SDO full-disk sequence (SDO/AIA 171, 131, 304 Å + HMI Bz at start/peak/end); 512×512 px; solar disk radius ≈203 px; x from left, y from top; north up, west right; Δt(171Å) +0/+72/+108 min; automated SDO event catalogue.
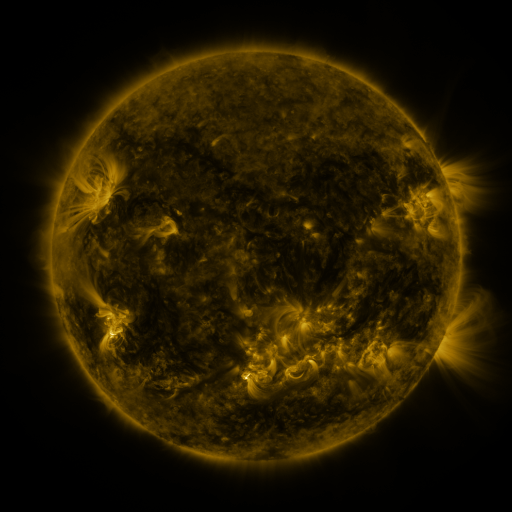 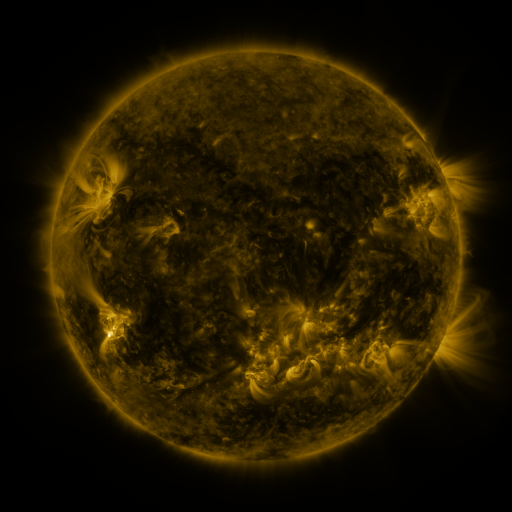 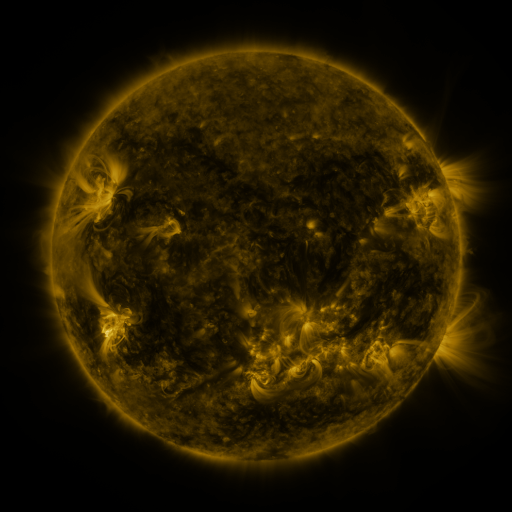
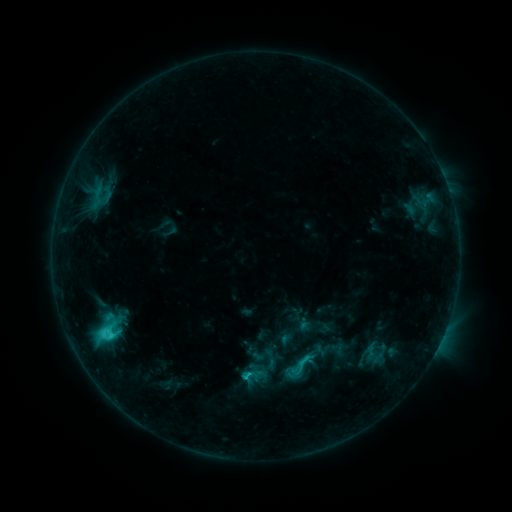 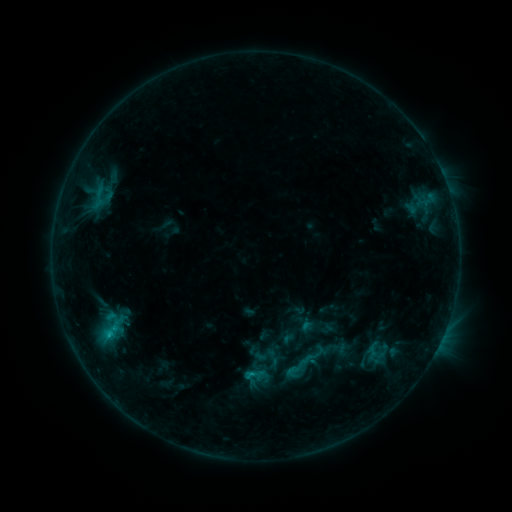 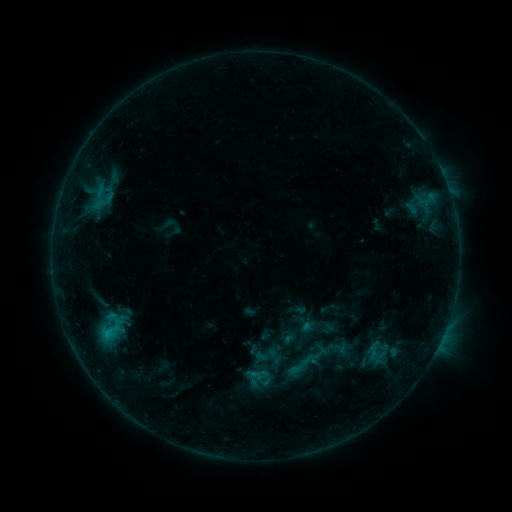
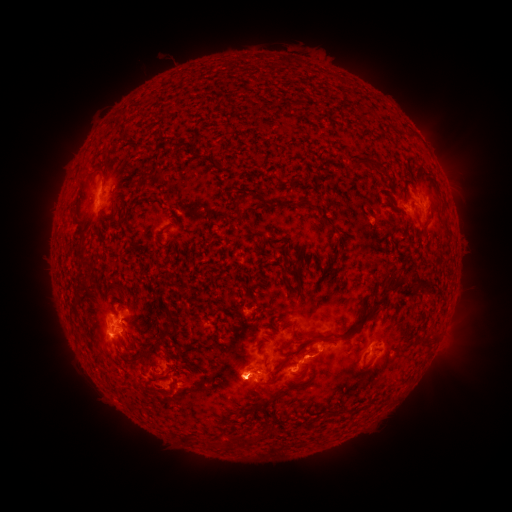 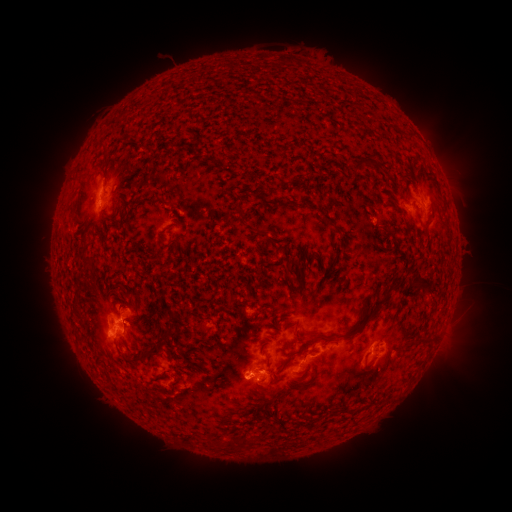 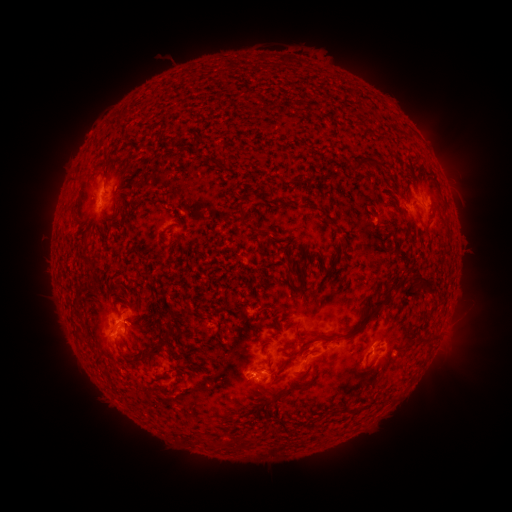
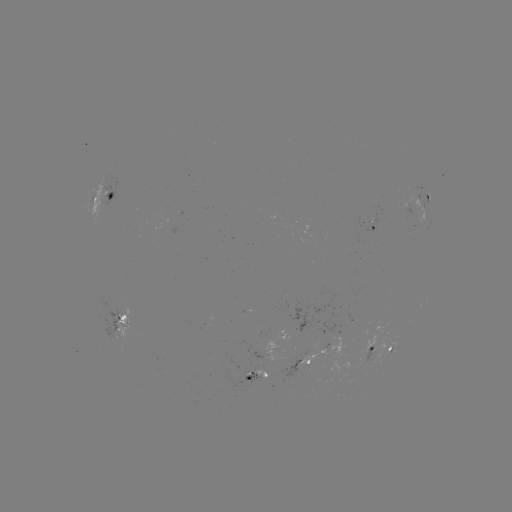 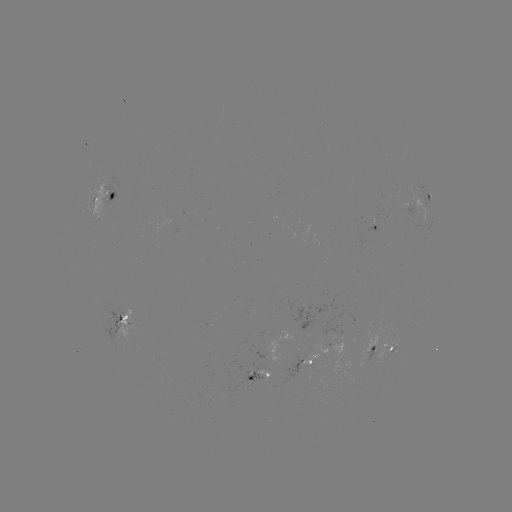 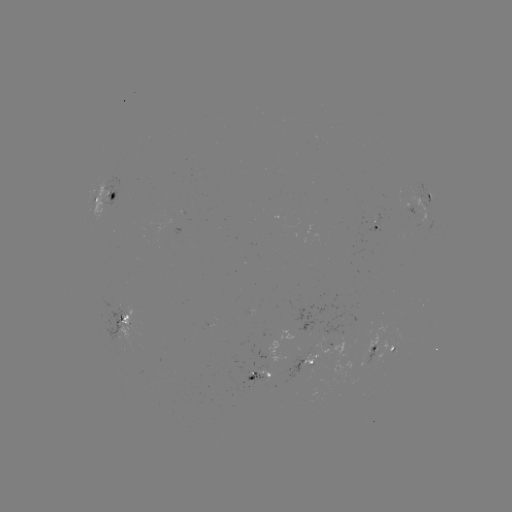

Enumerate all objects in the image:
emerging-flux region: (268, 377)
